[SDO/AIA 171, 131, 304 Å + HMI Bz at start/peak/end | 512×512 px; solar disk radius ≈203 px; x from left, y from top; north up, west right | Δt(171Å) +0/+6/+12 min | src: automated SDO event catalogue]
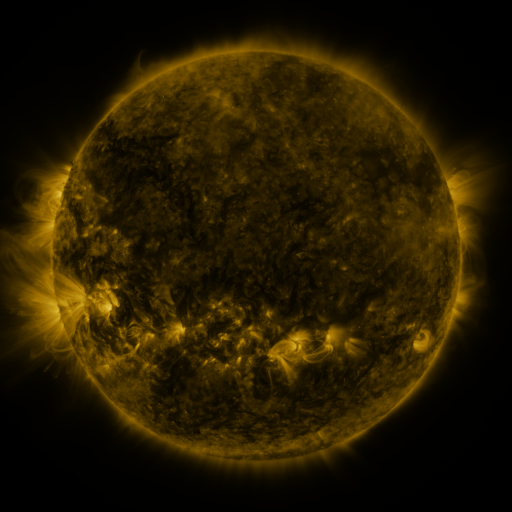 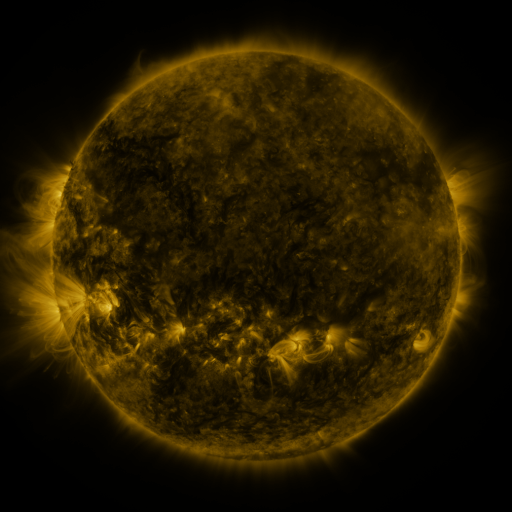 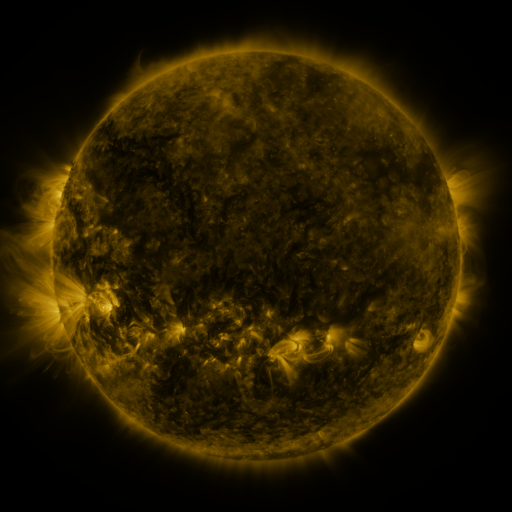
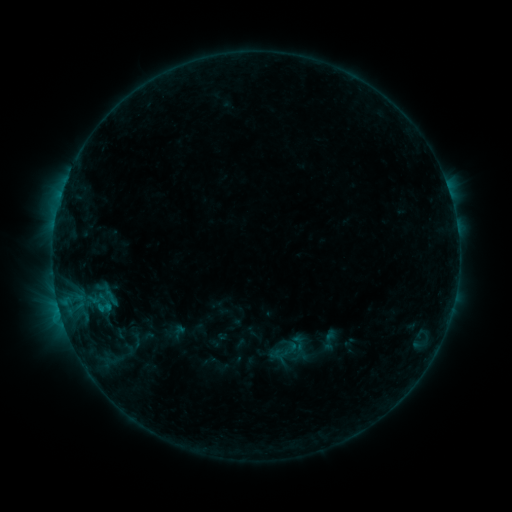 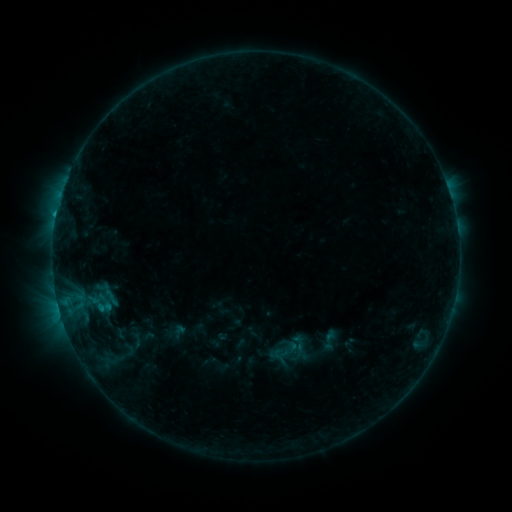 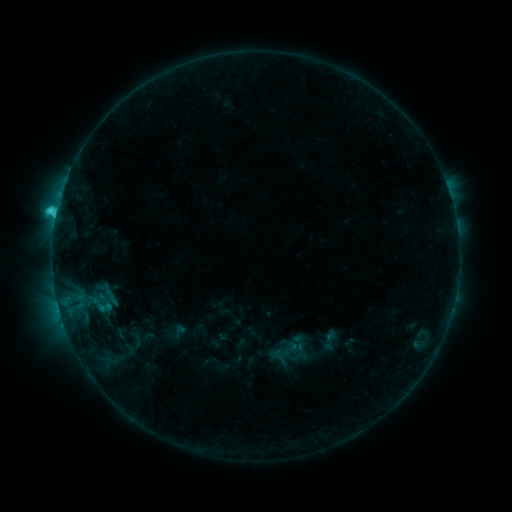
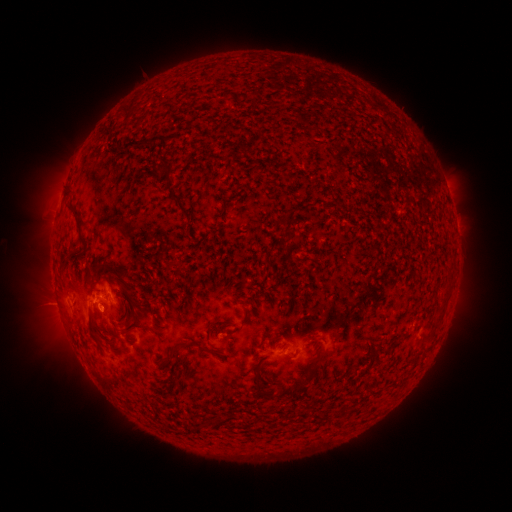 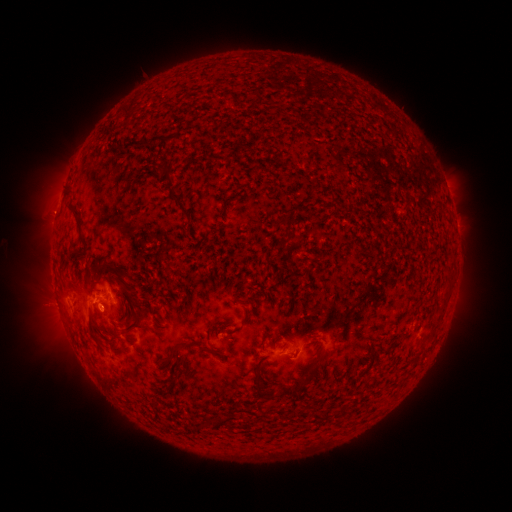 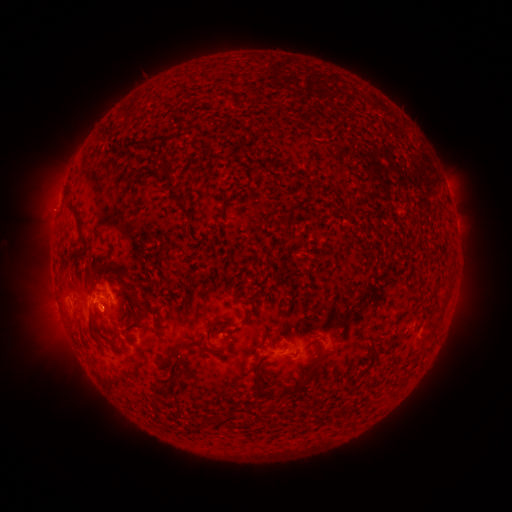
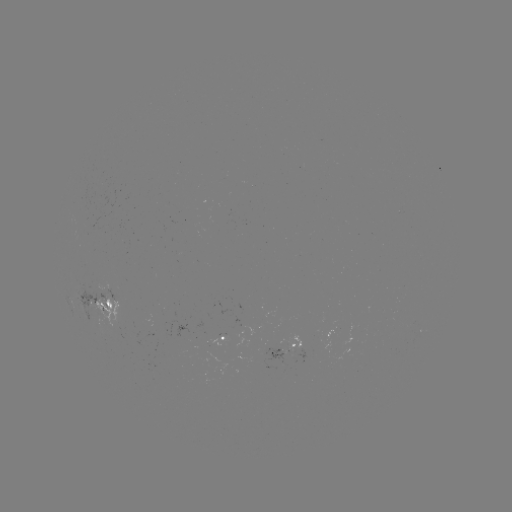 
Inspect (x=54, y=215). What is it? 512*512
eruption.